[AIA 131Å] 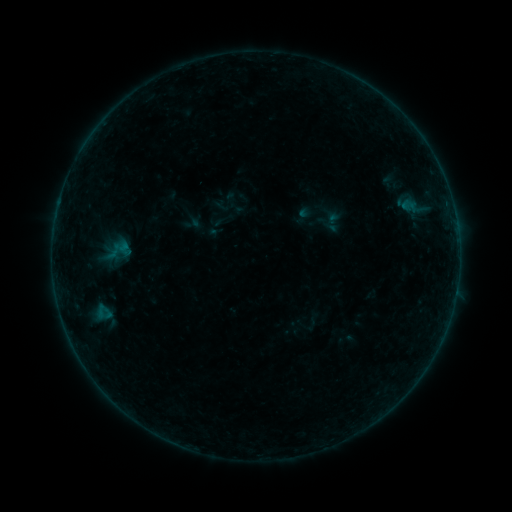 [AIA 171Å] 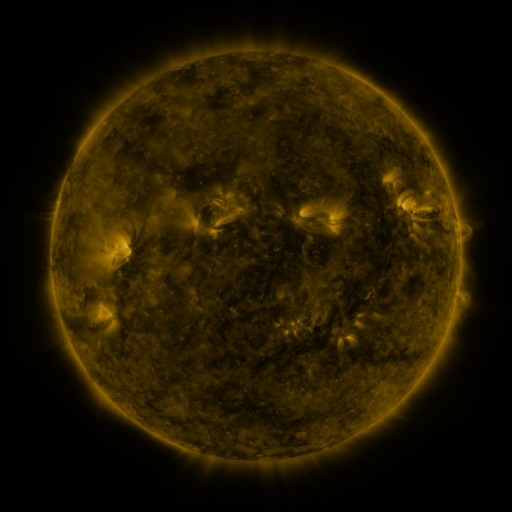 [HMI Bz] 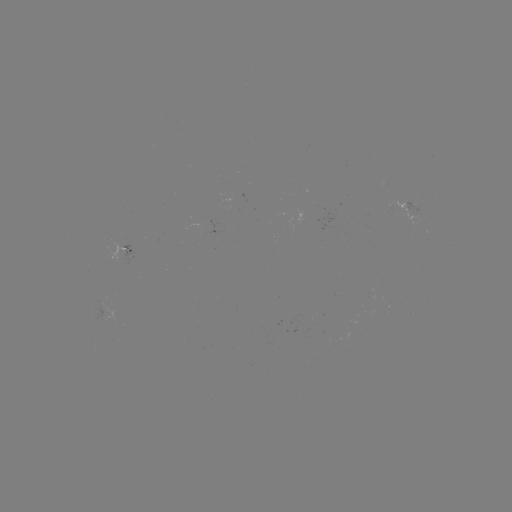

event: sigmoid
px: (118, 251)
